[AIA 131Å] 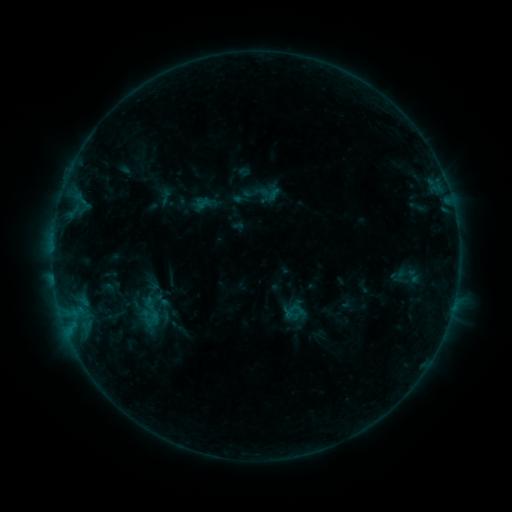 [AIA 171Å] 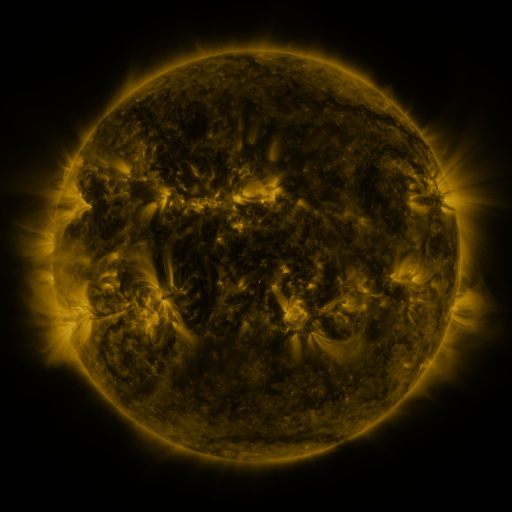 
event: sigmoid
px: (161, 300)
